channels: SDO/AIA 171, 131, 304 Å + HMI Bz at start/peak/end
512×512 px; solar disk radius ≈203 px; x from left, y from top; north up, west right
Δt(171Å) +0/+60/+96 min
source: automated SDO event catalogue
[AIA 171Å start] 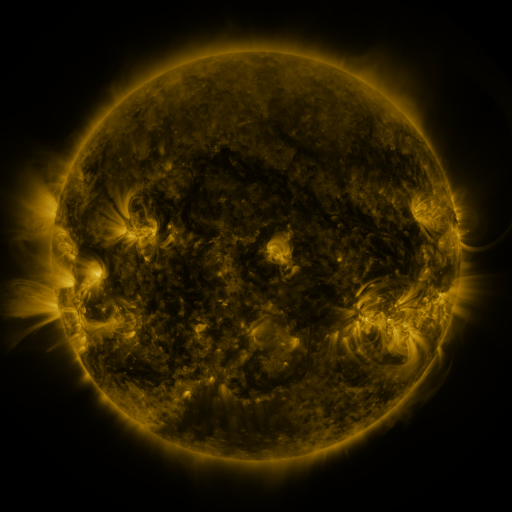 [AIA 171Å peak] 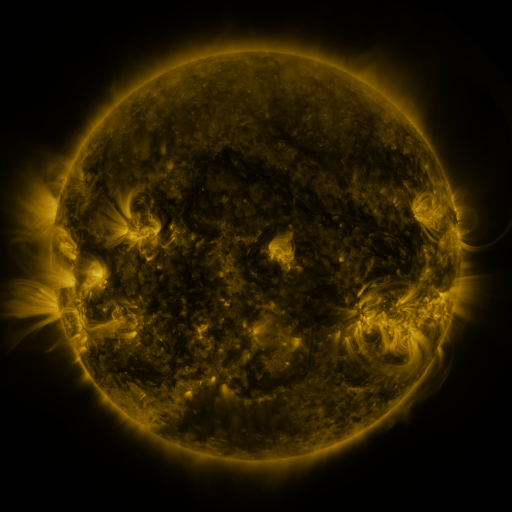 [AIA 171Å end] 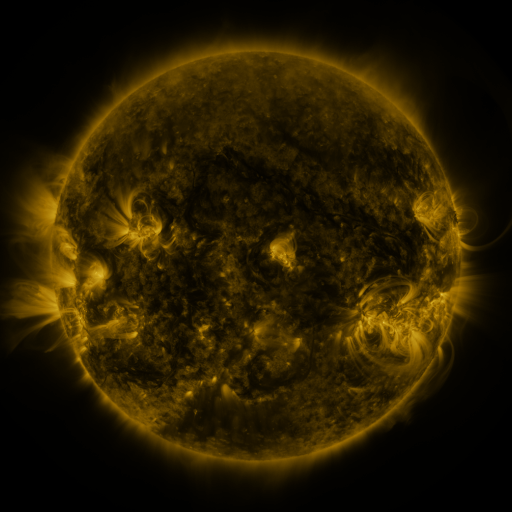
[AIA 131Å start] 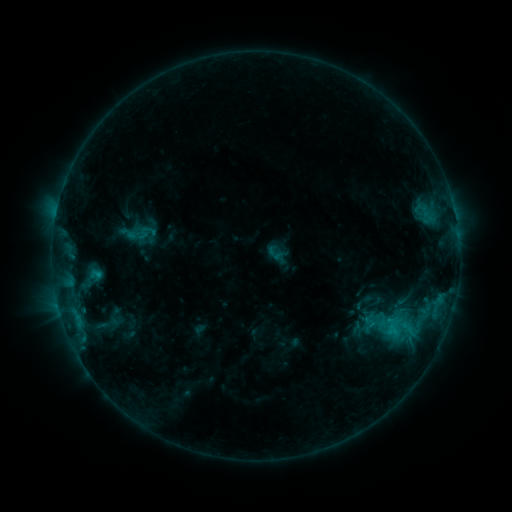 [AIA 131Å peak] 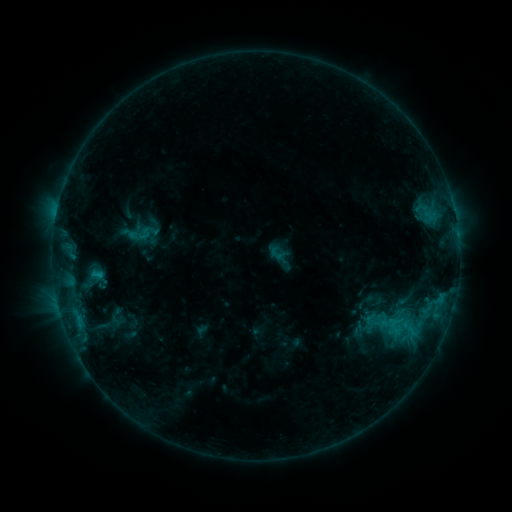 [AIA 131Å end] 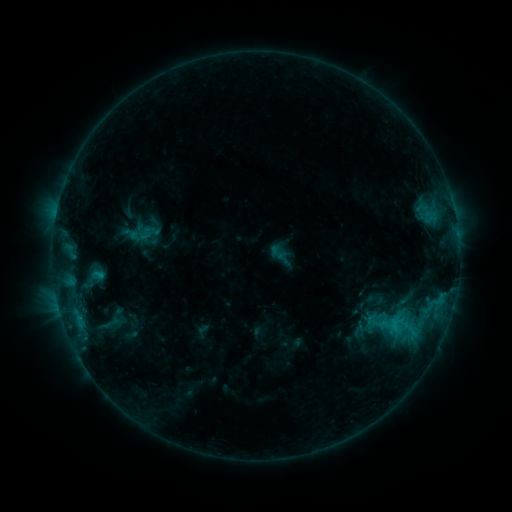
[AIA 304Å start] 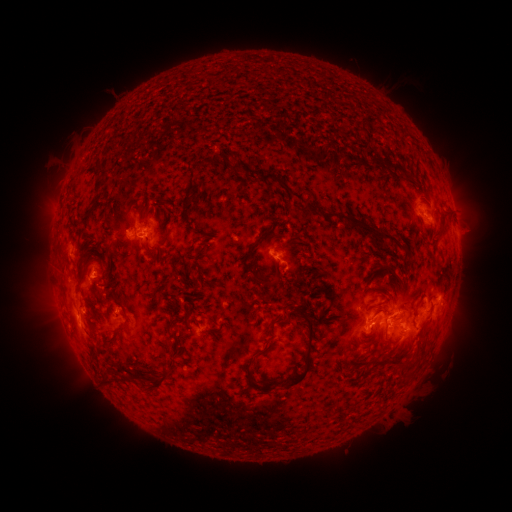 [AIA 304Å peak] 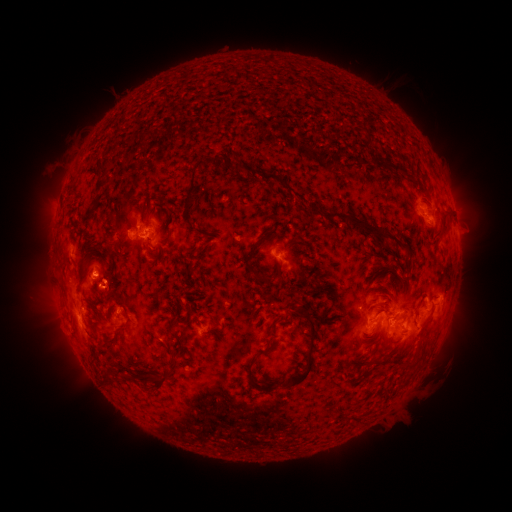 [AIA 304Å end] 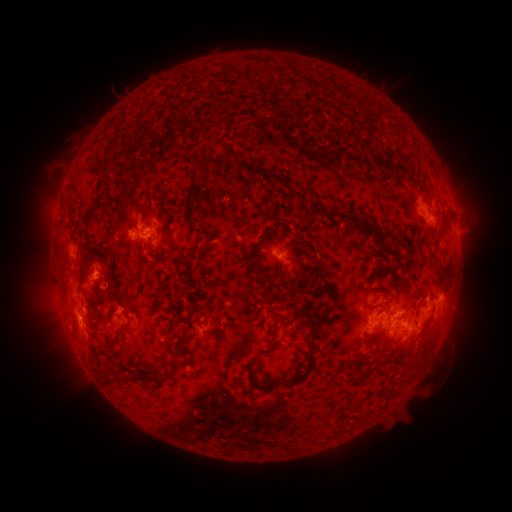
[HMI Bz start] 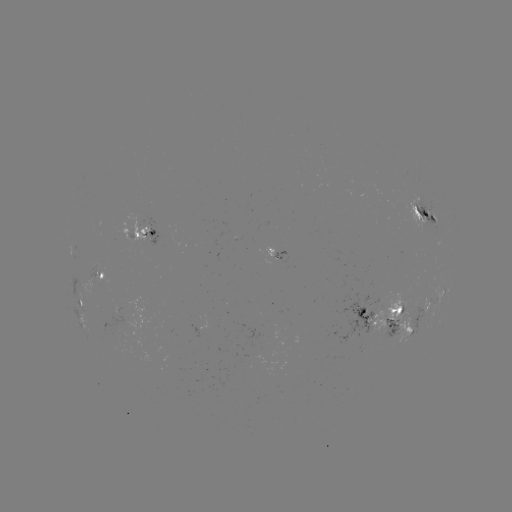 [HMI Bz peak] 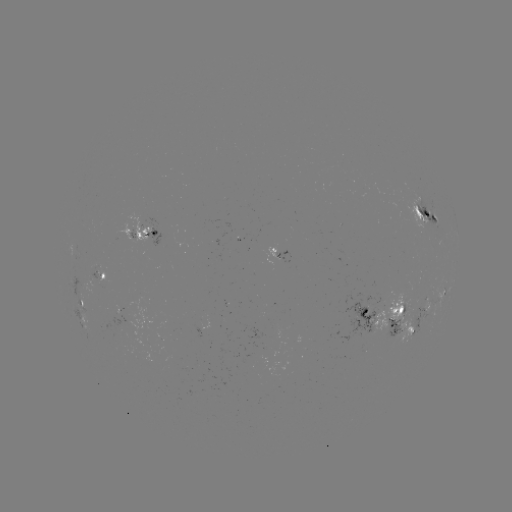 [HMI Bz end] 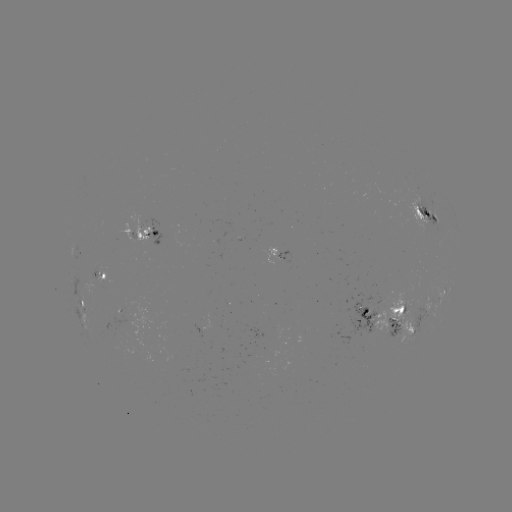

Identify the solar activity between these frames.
emerging-flux region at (368, 324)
